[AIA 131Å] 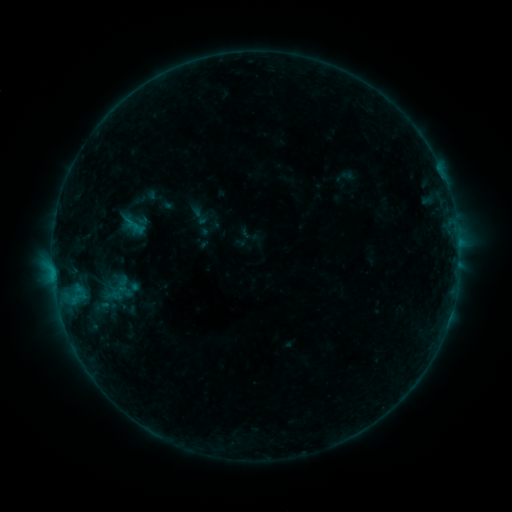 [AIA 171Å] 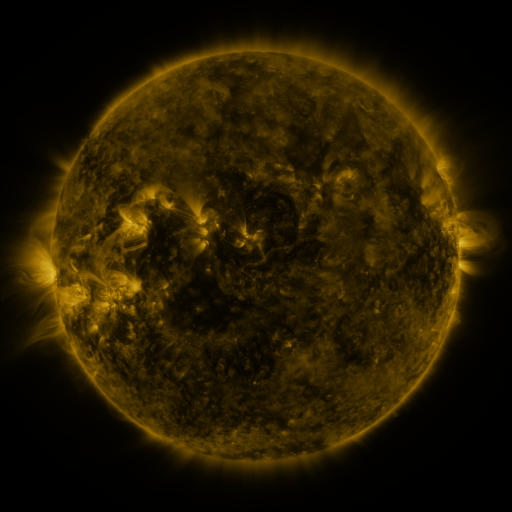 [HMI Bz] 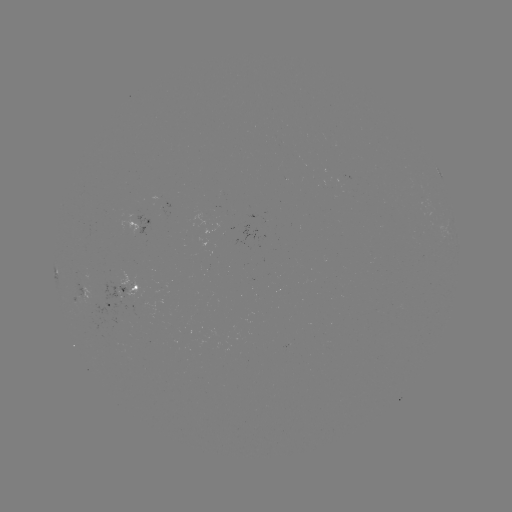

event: sigmoid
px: (199, 216)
